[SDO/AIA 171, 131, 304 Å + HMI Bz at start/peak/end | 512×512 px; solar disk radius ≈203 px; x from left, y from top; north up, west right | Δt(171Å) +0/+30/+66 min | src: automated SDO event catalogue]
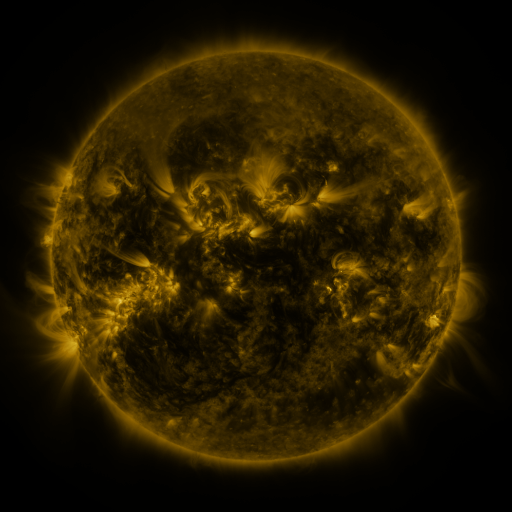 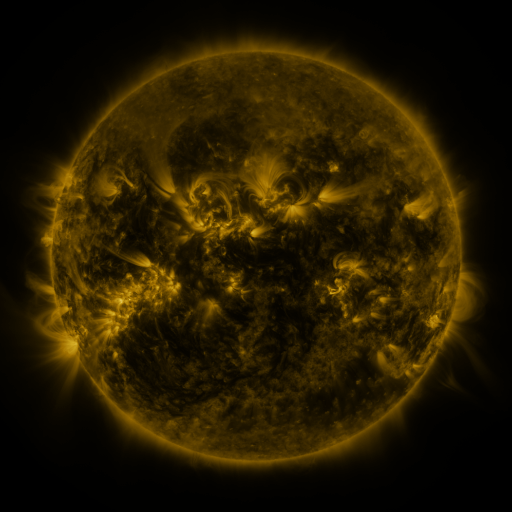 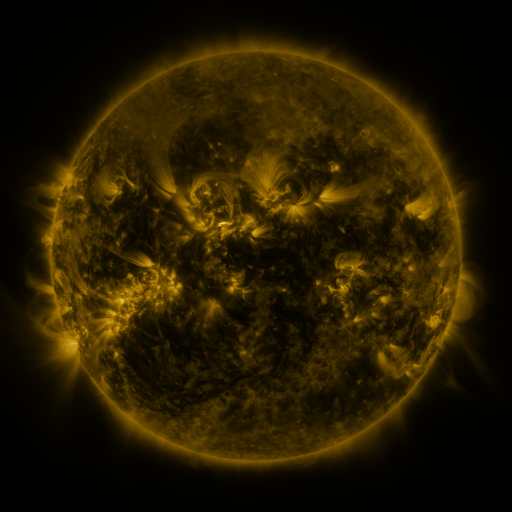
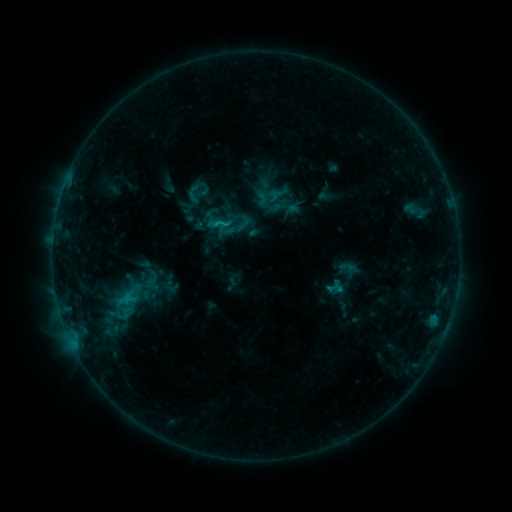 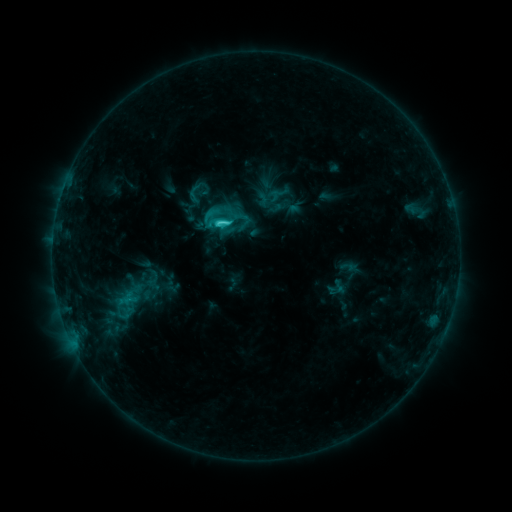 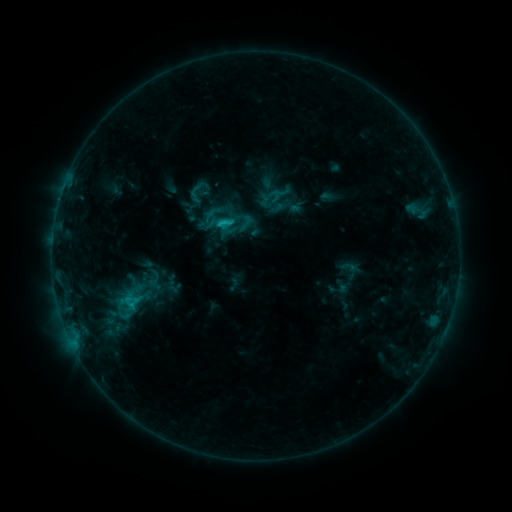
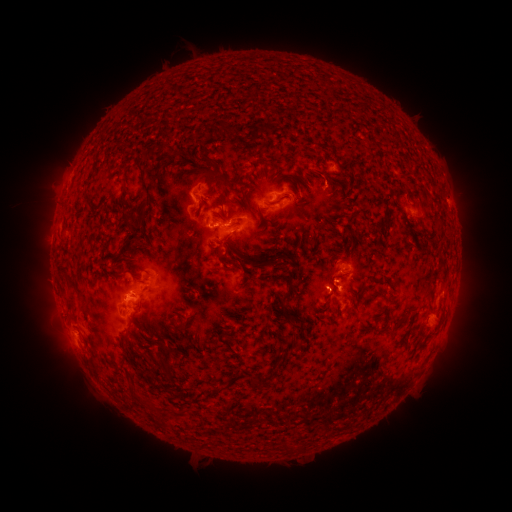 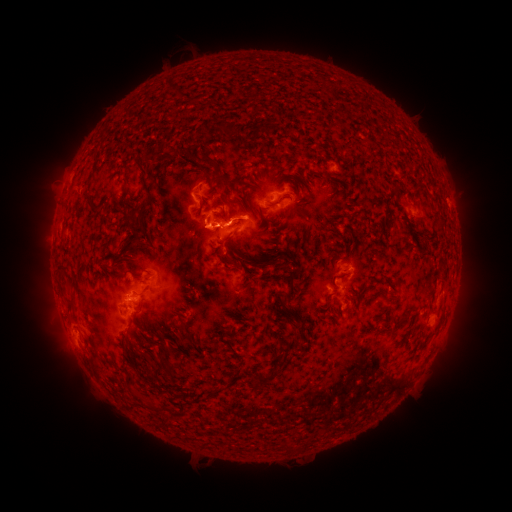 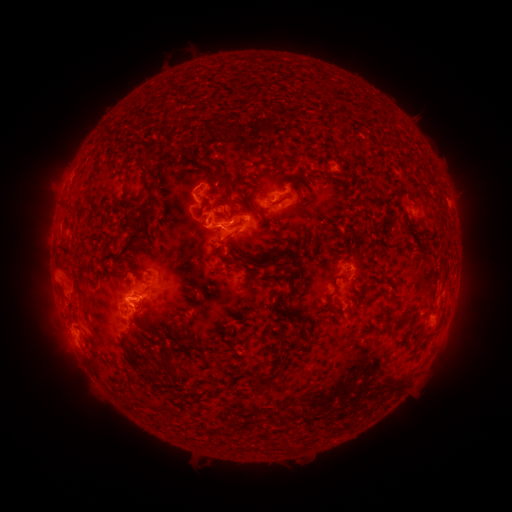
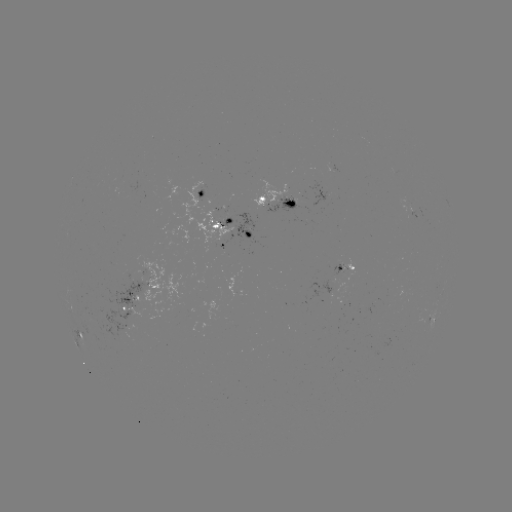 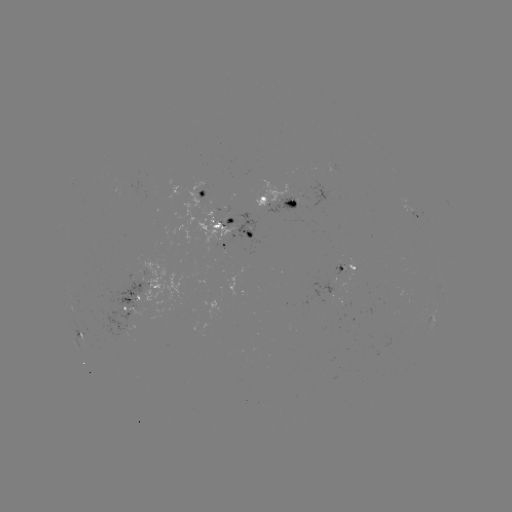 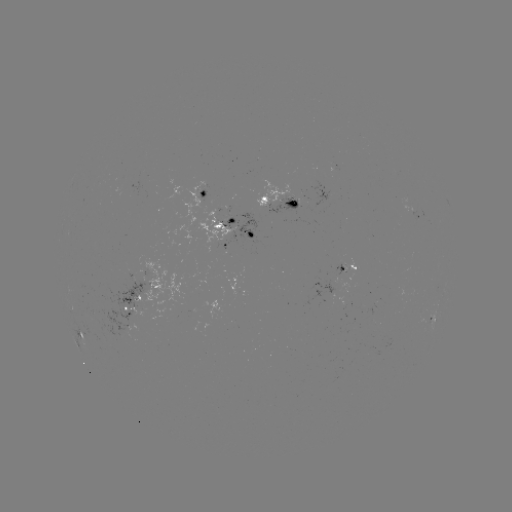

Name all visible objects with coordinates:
C3.4 flare: (220, 224)
